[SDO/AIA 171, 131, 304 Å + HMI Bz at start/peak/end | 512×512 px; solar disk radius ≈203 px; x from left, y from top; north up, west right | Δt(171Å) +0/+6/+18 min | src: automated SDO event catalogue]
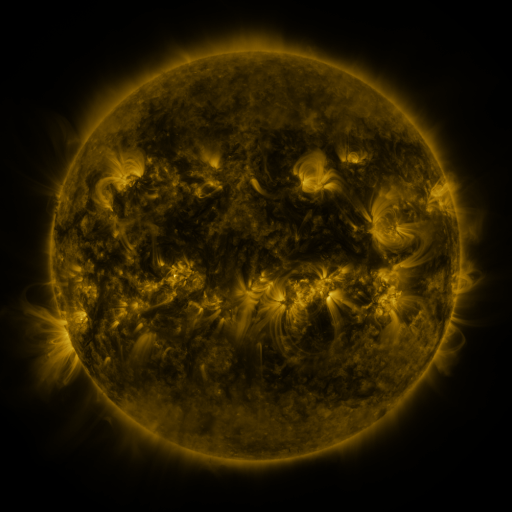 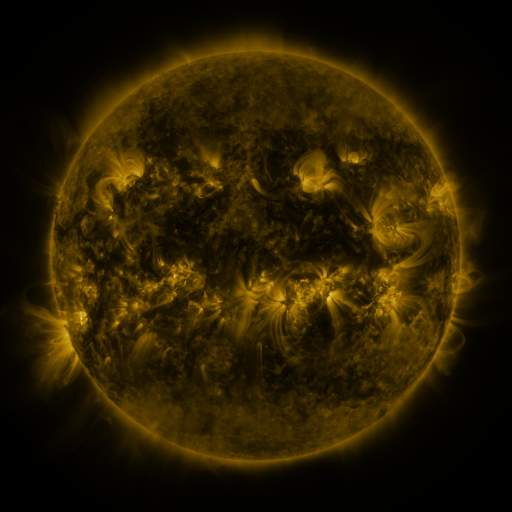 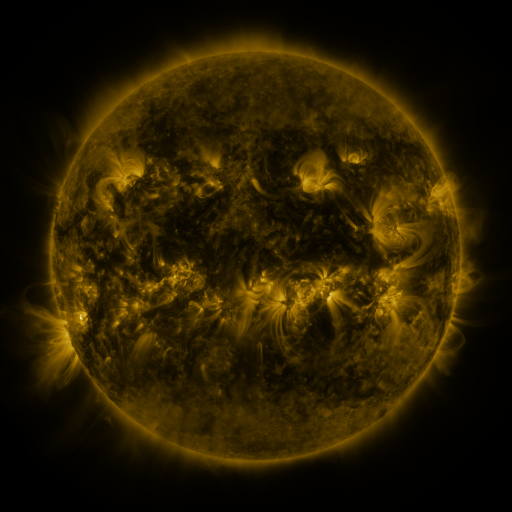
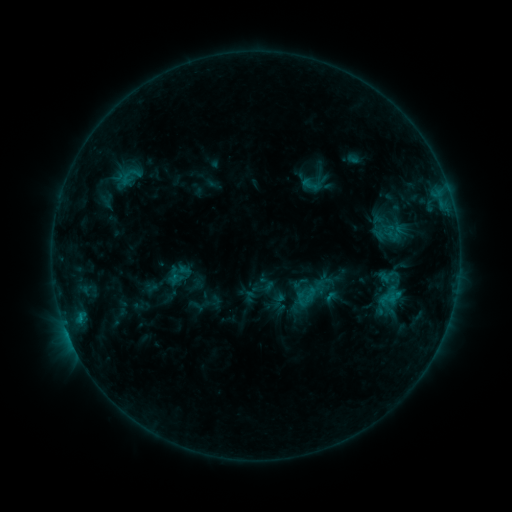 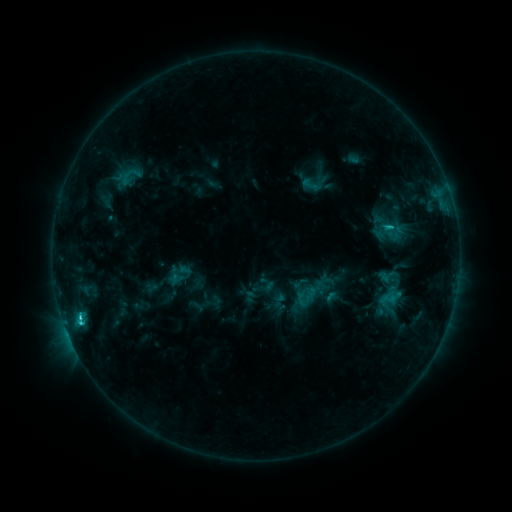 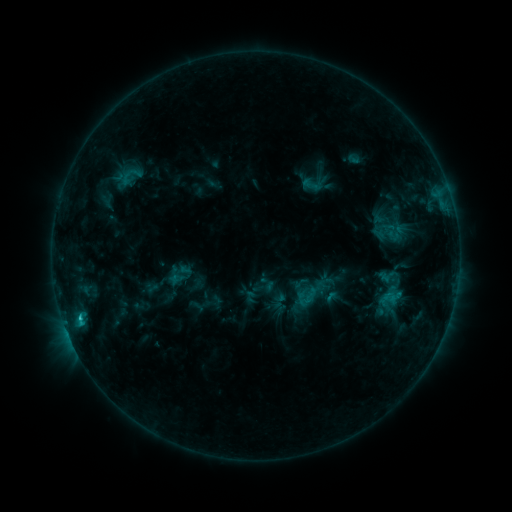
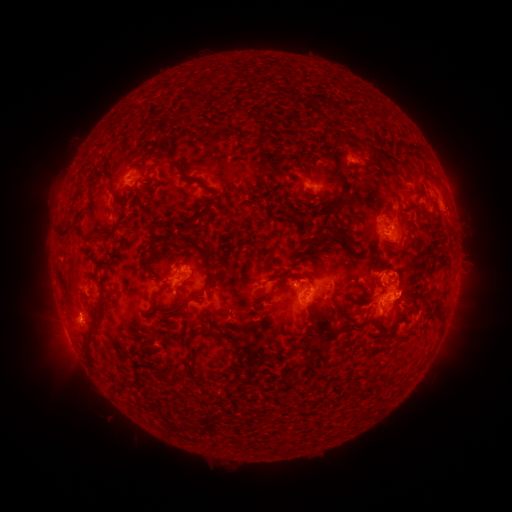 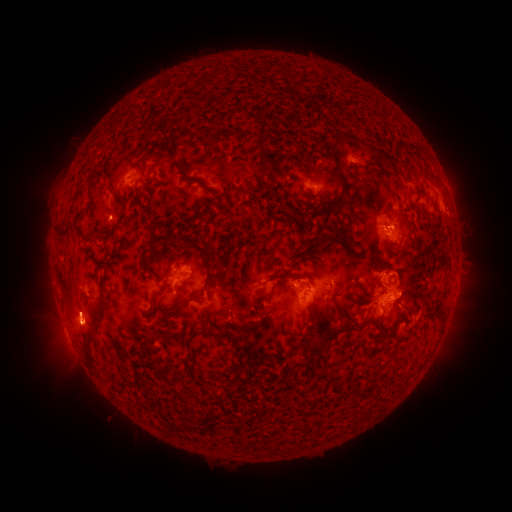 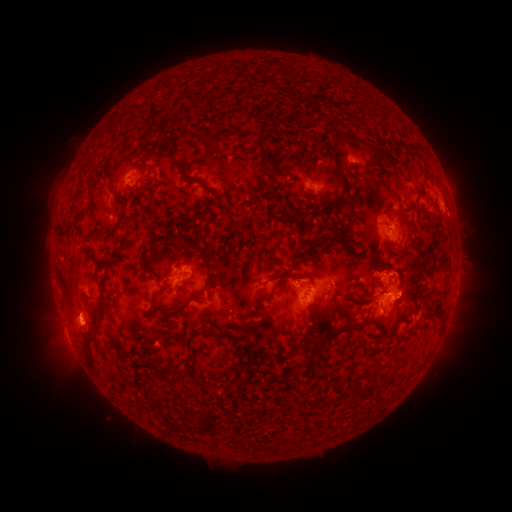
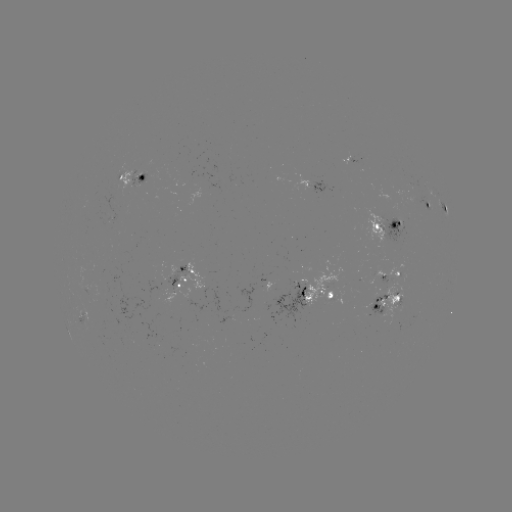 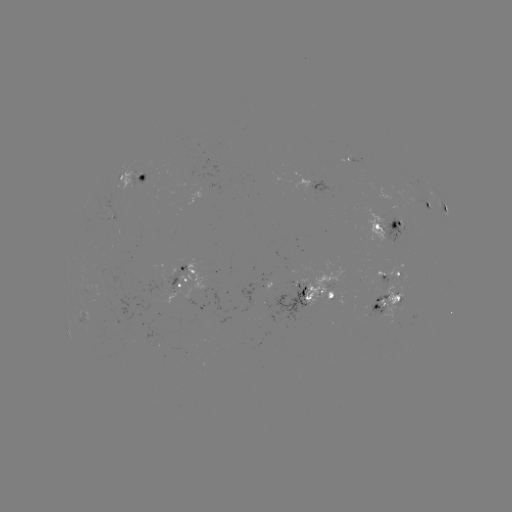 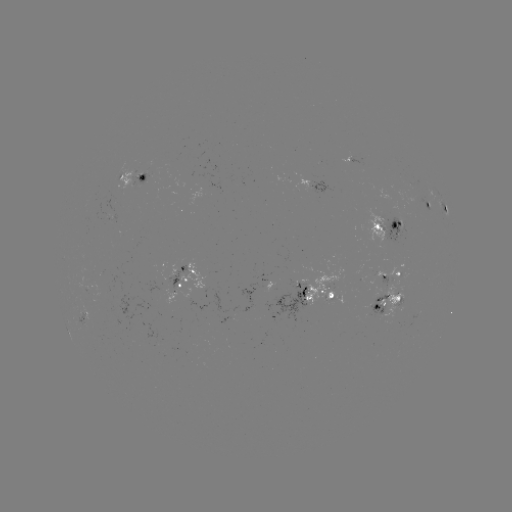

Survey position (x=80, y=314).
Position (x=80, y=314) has C2.1 flare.